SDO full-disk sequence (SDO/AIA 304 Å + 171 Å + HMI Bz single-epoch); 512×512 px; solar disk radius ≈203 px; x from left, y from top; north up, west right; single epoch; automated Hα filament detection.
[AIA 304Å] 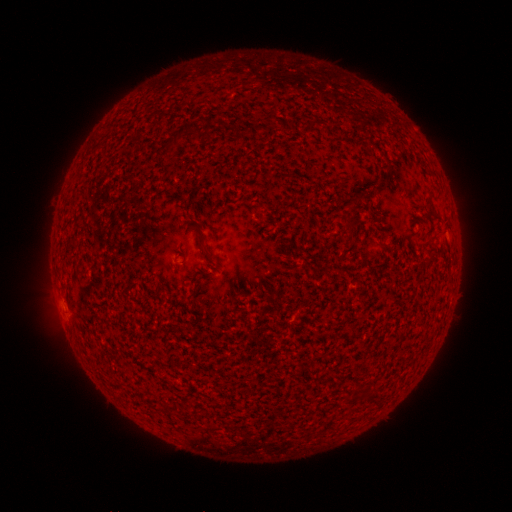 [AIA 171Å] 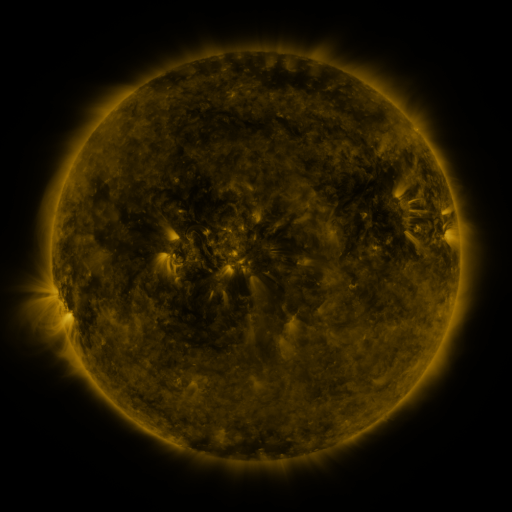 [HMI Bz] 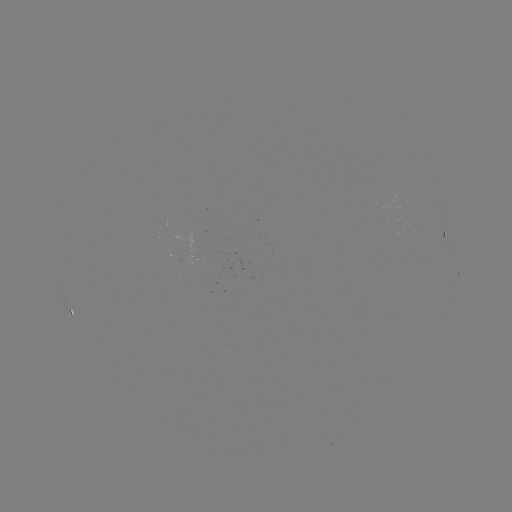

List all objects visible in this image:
filament: [173, 133, 181, 145]
filament: [432, 214, 442, 223]
filament: [200, 241, 212, 259]
